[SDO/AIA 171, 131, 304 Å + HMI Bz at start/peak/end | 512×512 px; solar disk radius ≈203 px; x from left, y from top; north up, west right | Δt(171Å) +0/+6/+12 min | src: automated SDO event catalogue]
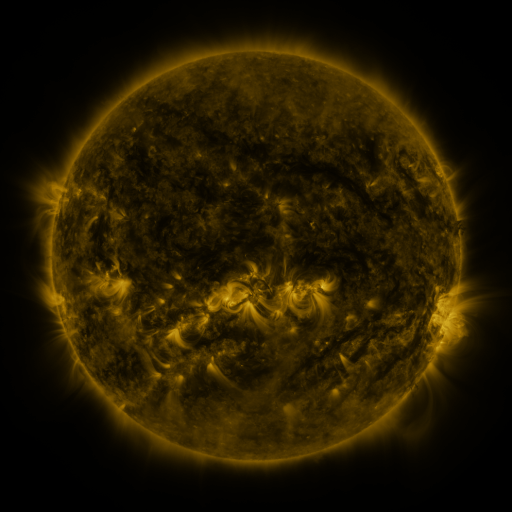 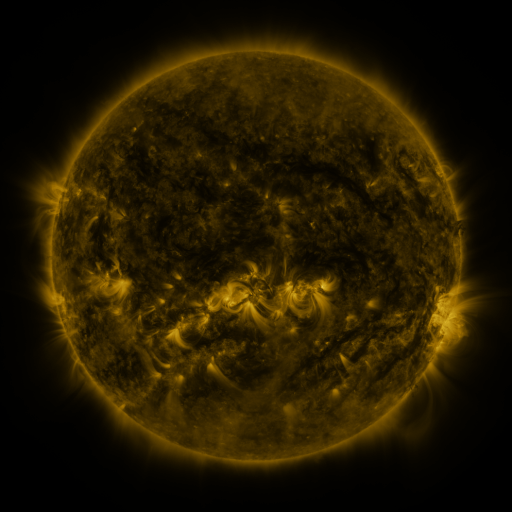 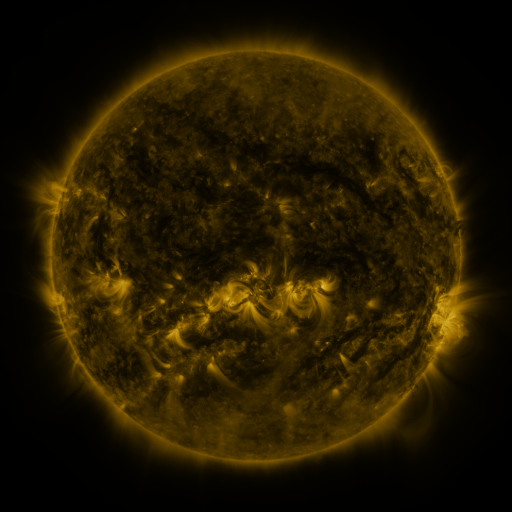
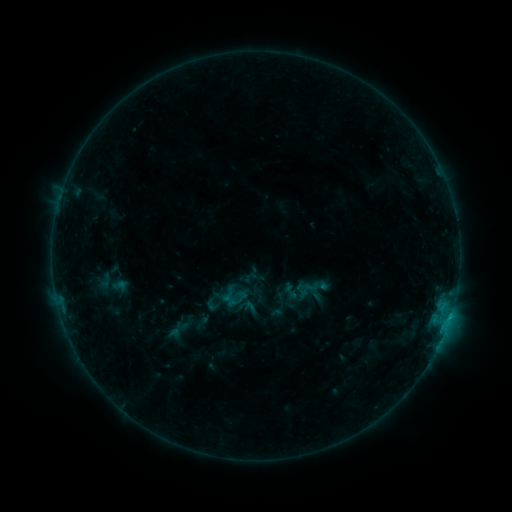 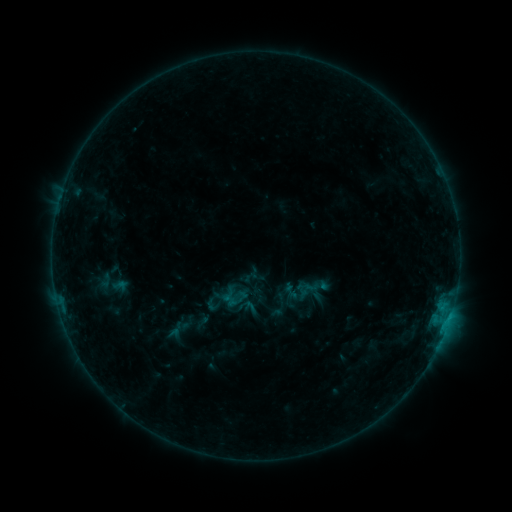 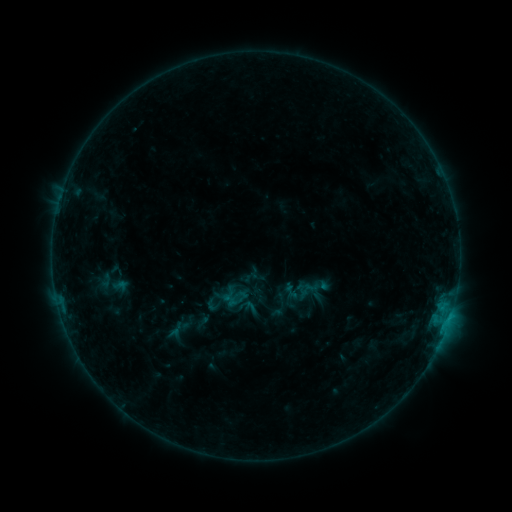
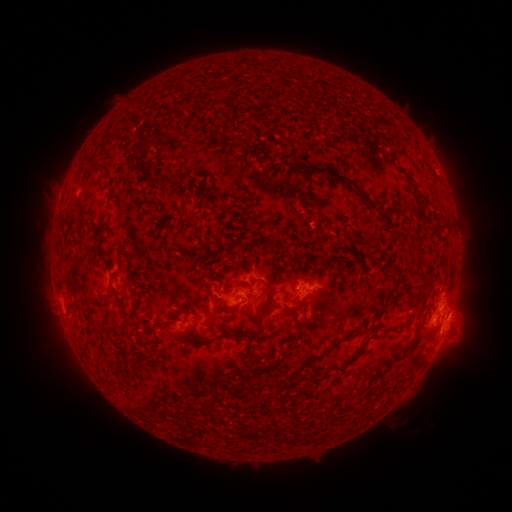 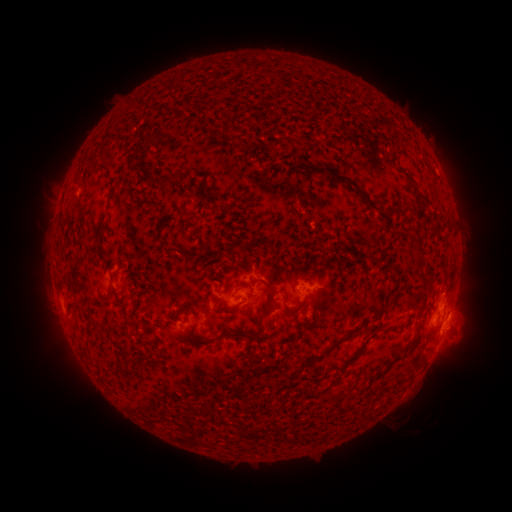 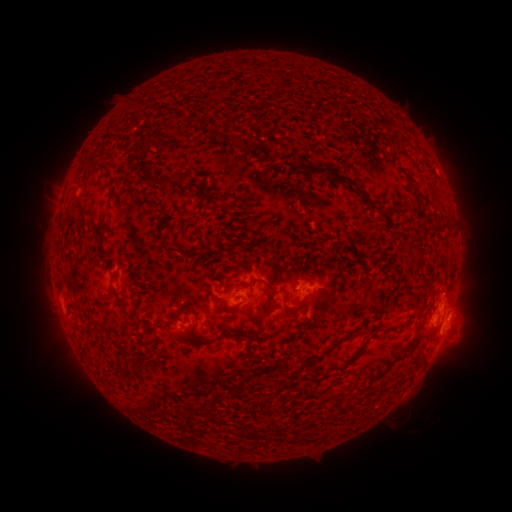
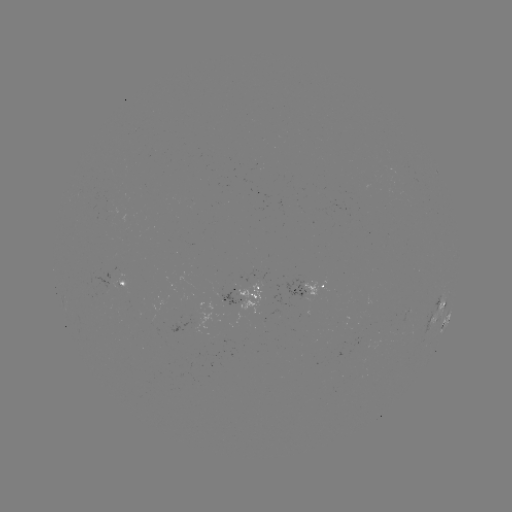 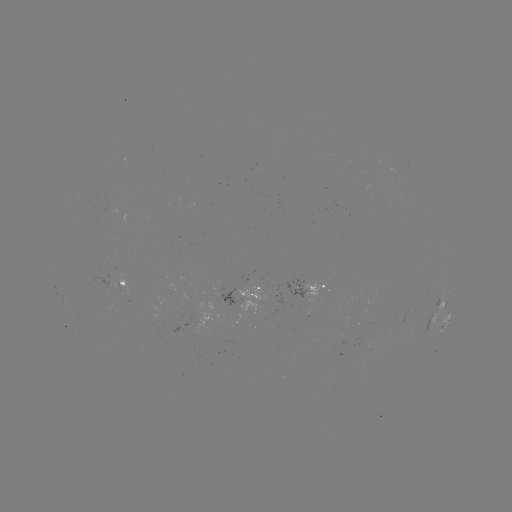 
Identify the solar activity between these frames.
no classed flare was catalogued and no EUV brightening was flagged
